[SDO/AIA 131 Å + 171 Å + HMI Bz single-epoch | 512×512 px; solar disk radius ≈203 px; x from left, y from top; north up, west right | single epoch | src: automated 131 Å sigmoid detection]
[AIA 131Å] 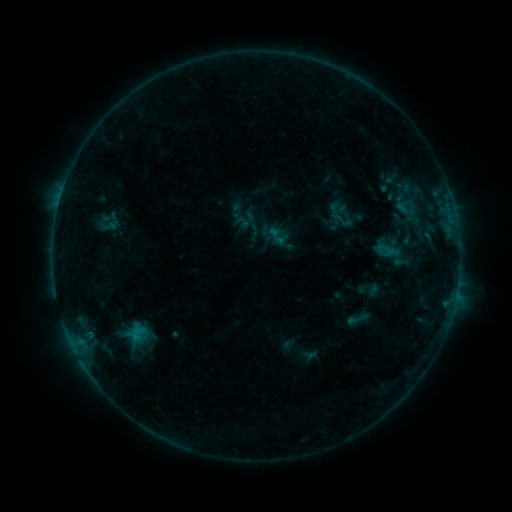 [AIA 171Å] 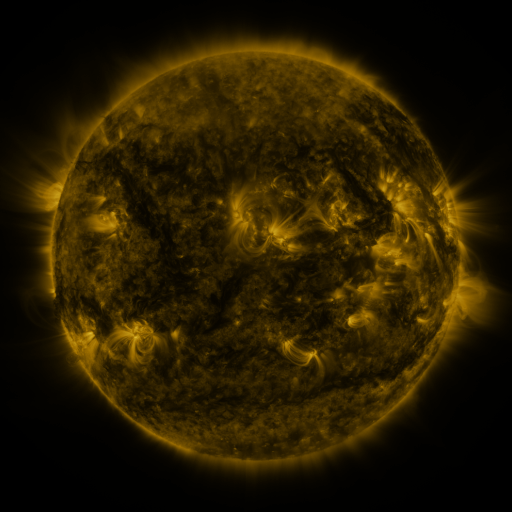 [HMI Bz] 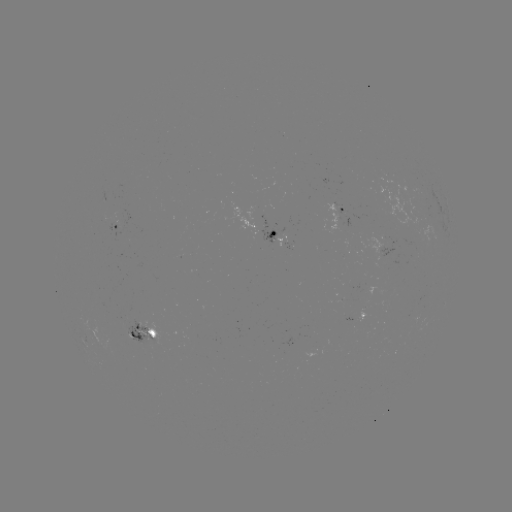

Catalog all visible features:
sigmoid: (346, 307, 369, 330)
